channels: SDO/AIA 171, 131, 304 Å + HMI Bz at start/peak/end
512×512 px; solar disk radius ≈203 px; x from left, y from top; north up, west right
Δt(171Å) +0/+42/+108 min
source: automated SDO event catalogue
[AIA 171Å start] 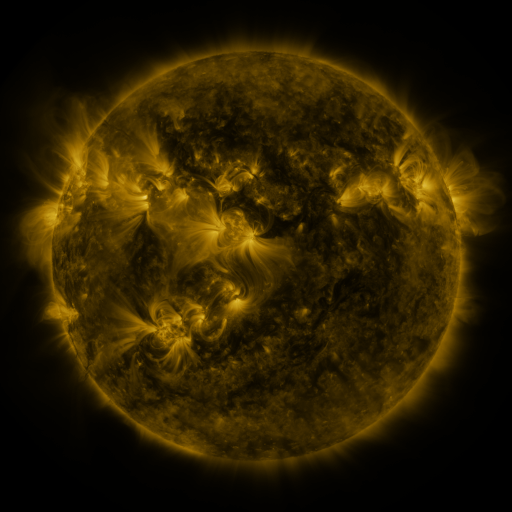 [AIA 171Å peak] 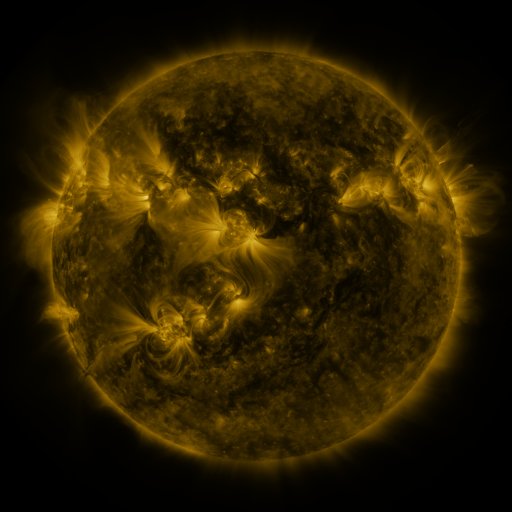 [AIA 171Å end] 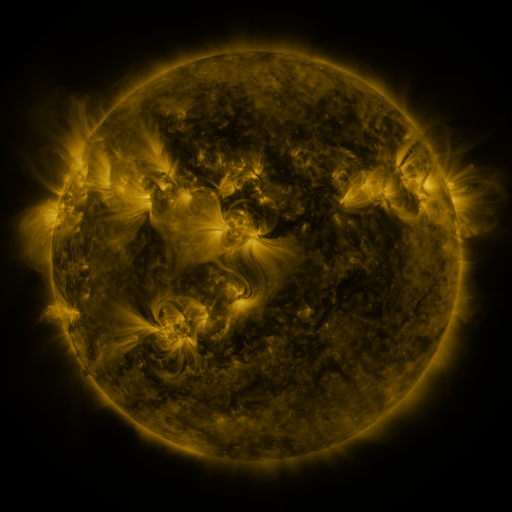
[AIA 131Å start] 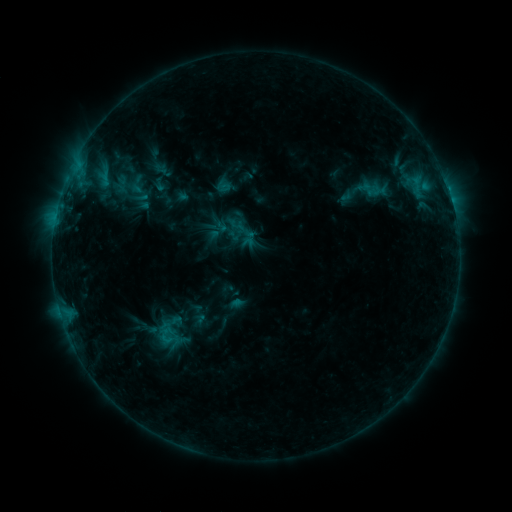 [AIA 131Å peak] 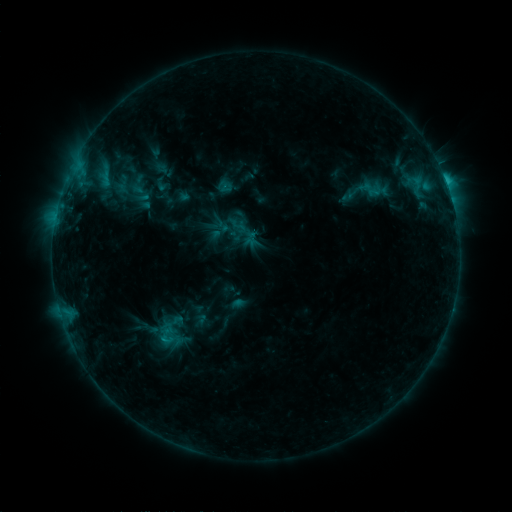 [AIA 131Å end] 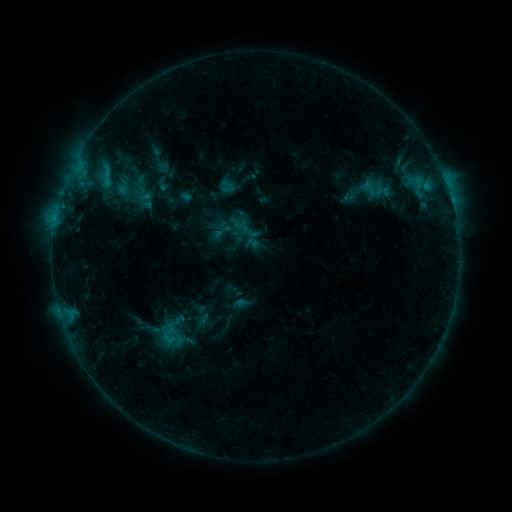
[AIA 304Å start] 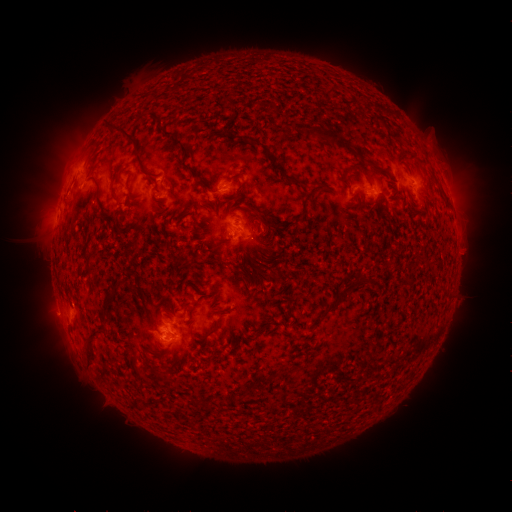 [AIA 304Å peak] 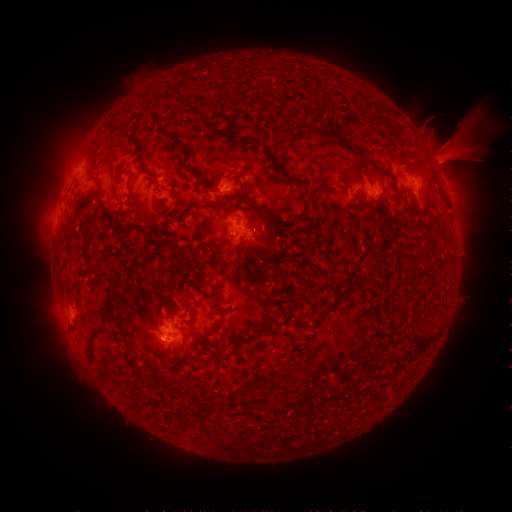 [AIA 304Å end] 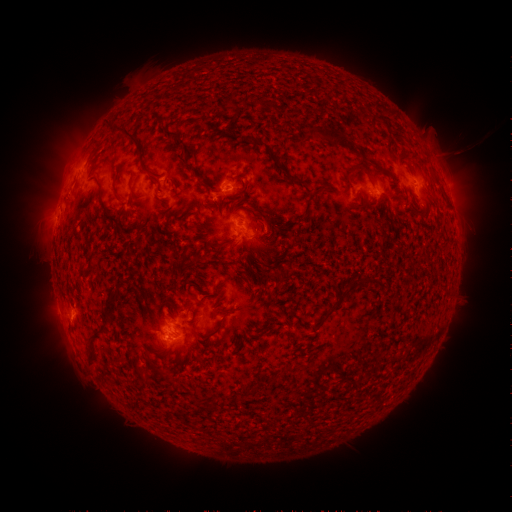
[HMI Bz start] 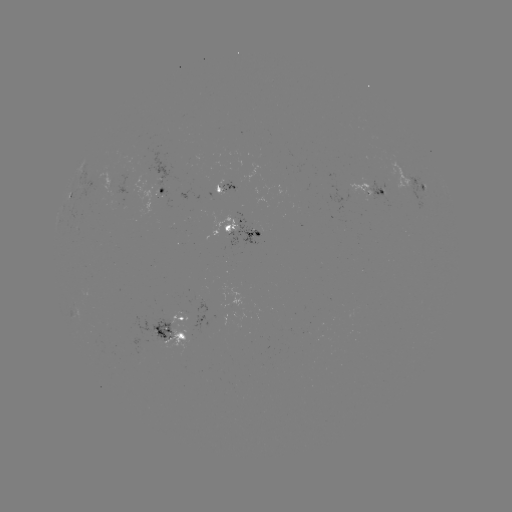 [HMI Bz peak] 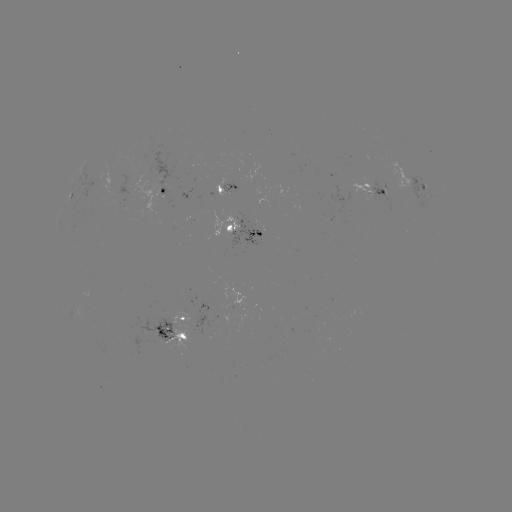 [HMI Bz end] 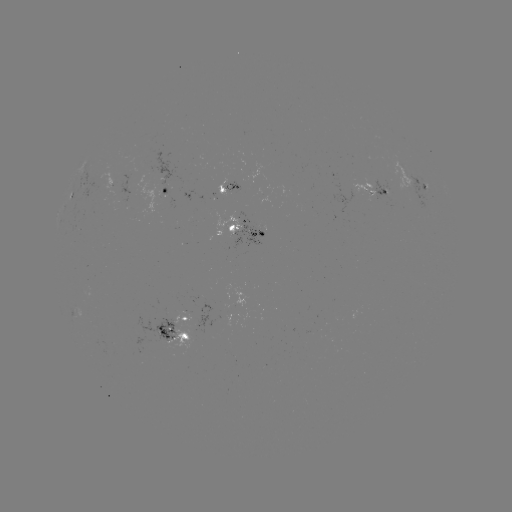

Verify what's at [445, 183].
C1.6 flare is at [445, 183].